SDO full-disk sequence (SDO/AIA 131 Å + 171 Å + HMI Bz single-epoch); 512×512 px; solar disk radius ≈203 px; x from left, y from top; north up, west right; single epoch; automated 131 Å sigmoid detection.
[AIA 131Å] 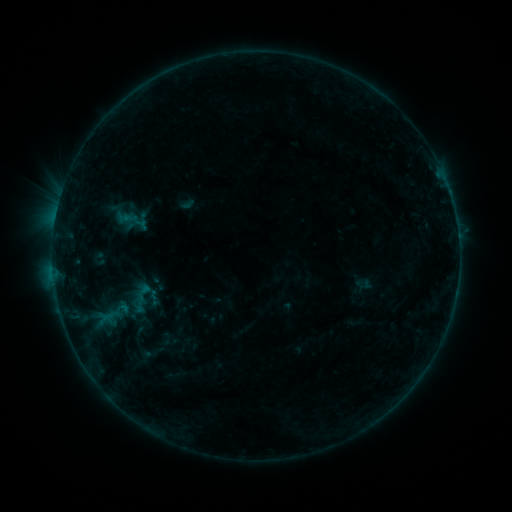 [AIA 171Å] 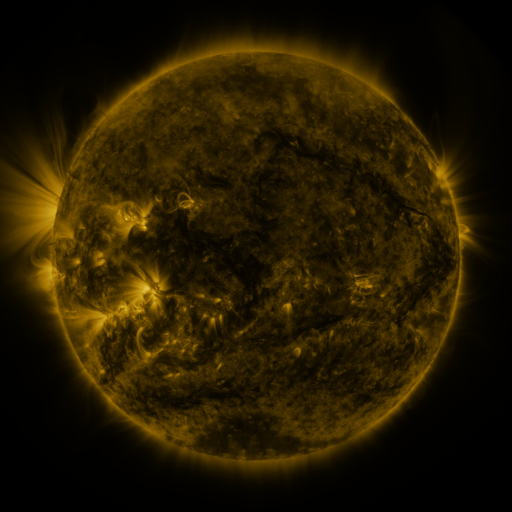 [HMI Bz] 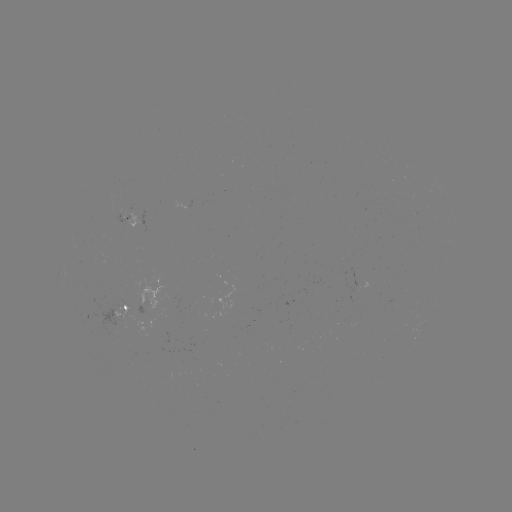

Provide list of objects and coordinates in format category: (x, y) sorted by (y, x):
sigmoid: (140, 297)
